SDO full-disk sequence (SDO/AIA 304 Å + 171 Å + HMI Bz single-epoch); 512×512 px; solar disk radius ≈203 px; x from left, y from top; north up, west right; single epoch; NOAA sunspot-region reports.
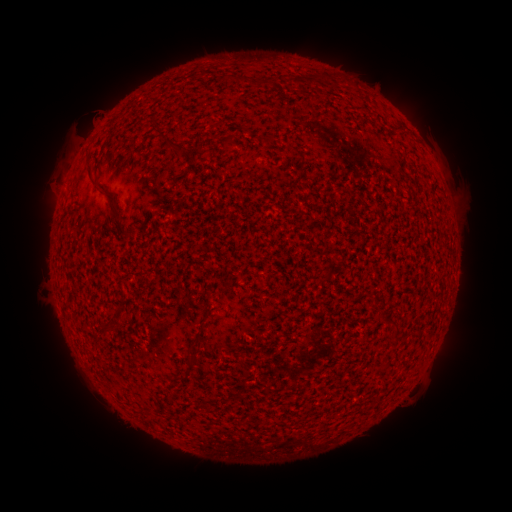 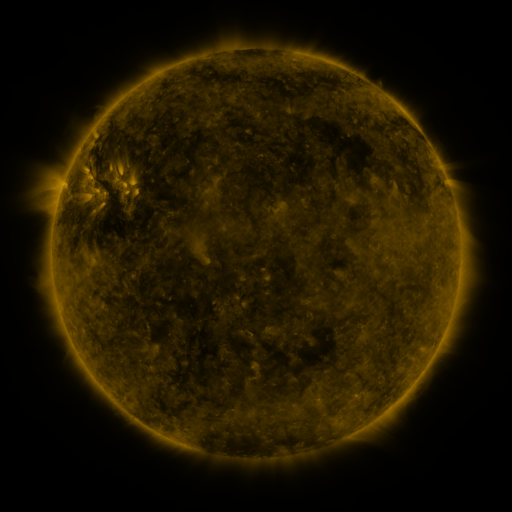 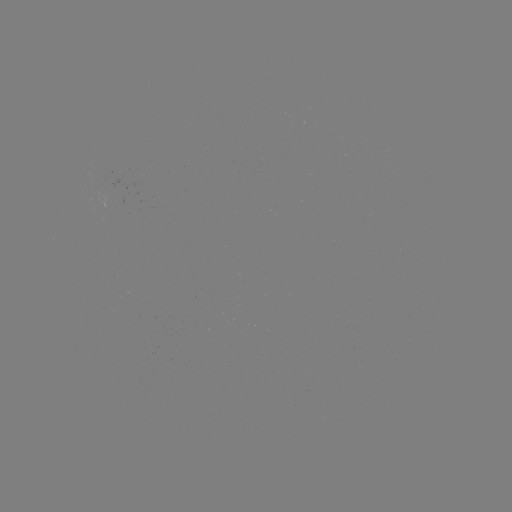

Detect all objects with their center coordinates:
(none)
